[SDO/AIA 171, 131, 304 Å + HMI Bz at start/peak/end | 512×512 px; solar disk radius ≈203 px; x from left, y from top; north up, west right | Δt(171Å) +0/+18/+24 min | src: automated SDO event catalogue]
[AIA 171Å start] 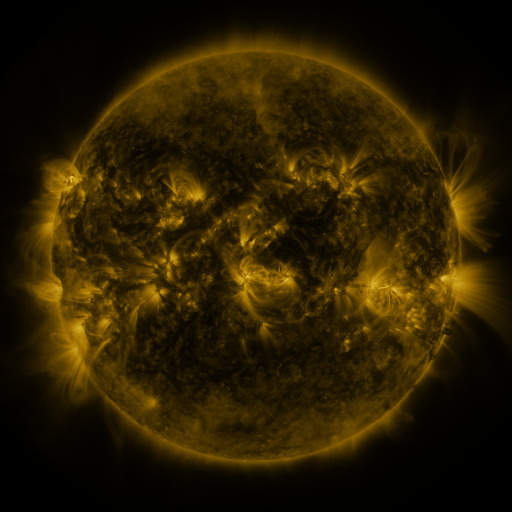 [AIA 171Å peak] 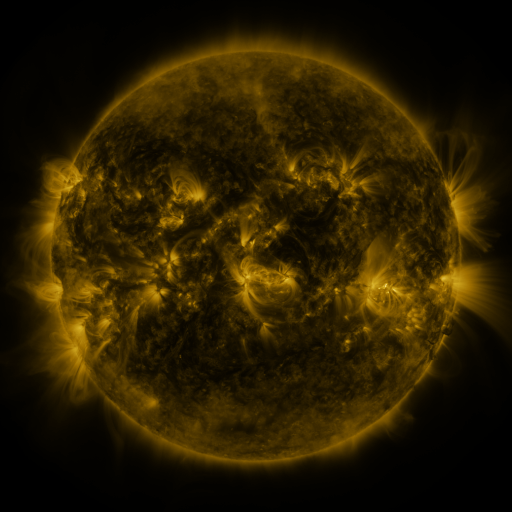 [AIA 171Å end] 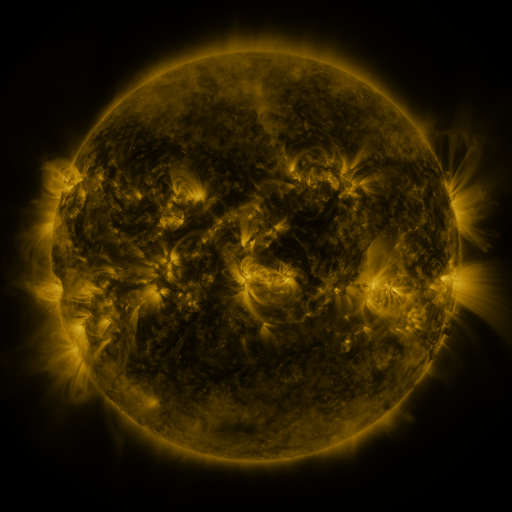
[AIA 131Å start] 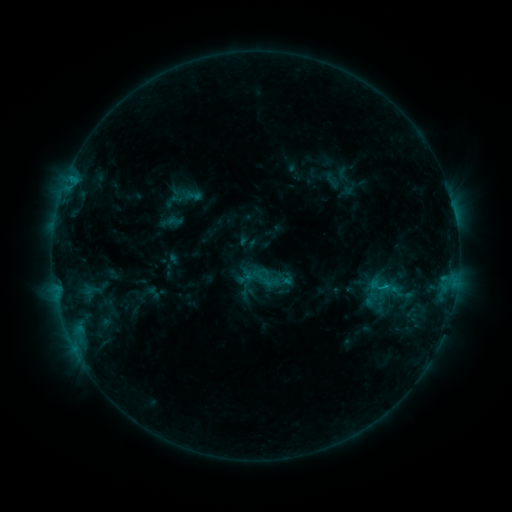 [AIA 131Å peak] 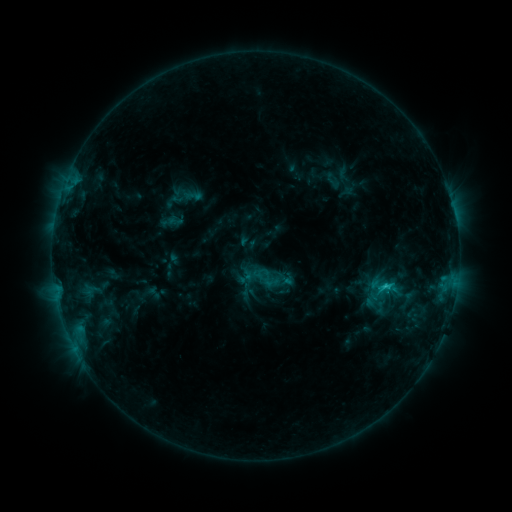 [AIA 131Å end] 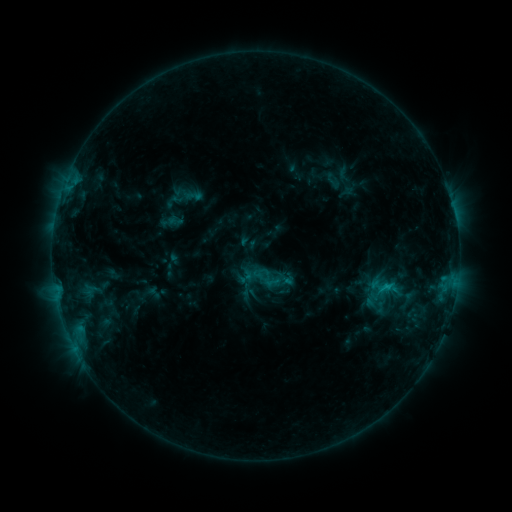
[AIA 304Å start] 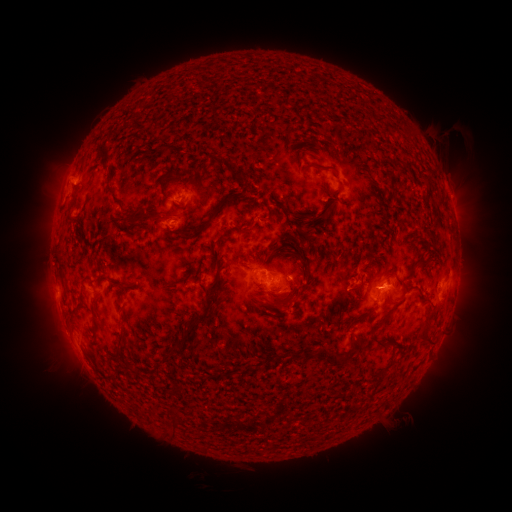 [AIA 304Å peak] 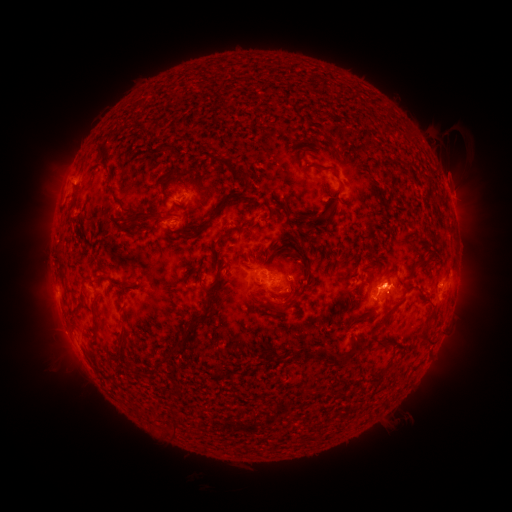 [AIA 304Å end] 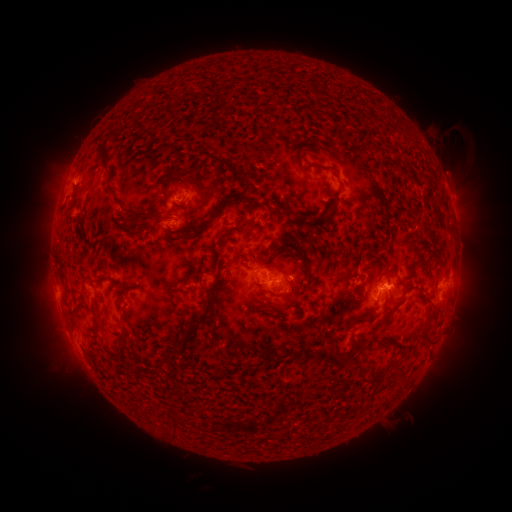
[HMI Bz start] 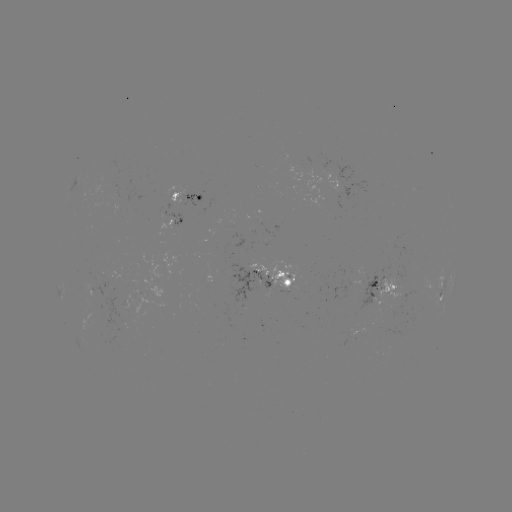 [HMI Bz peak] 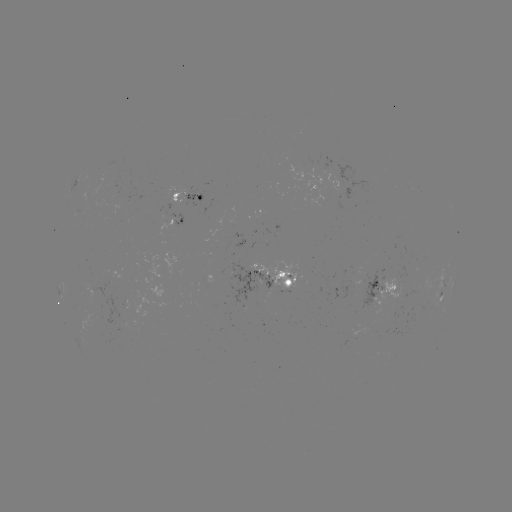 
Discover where C1.1 flare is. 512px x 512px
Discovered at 386,283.